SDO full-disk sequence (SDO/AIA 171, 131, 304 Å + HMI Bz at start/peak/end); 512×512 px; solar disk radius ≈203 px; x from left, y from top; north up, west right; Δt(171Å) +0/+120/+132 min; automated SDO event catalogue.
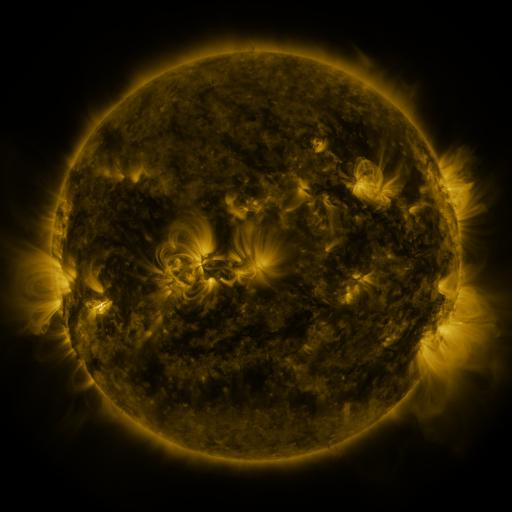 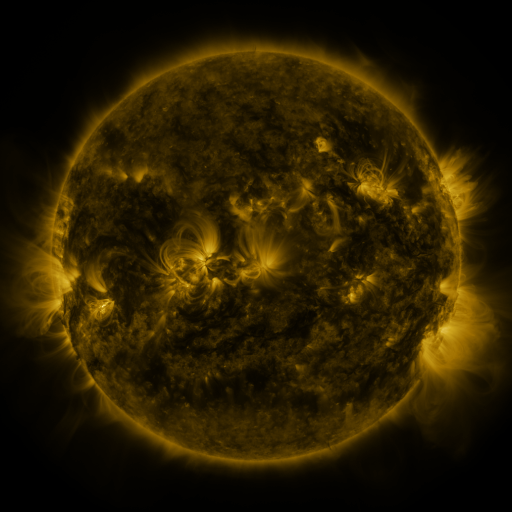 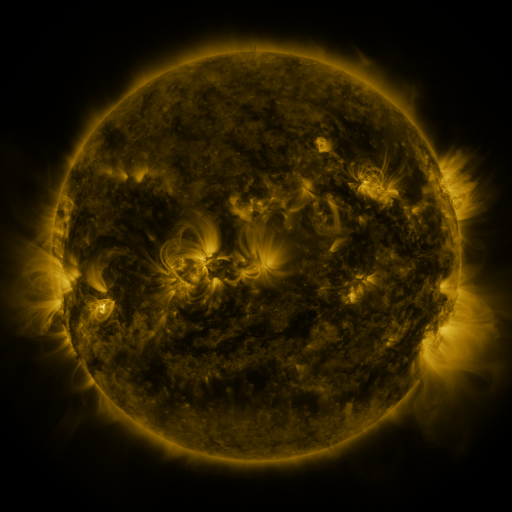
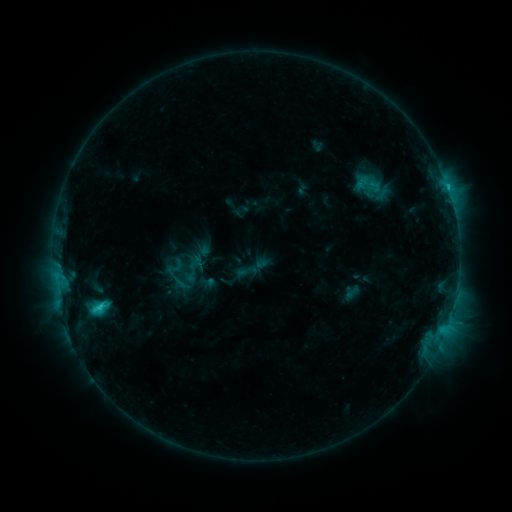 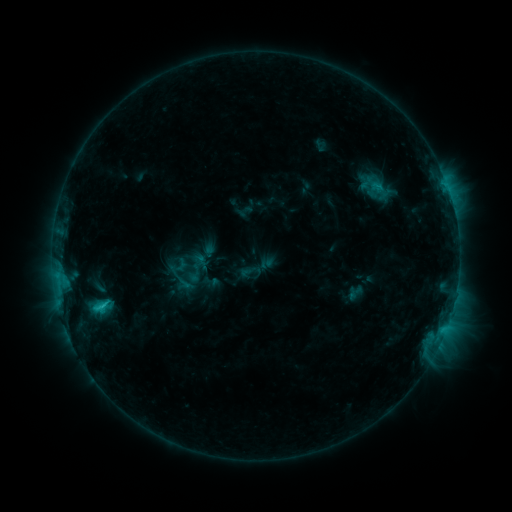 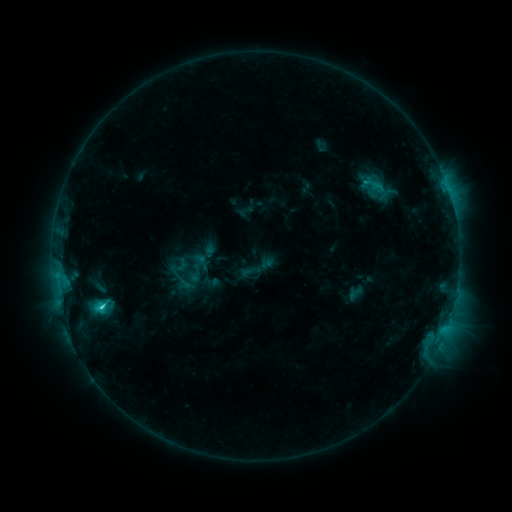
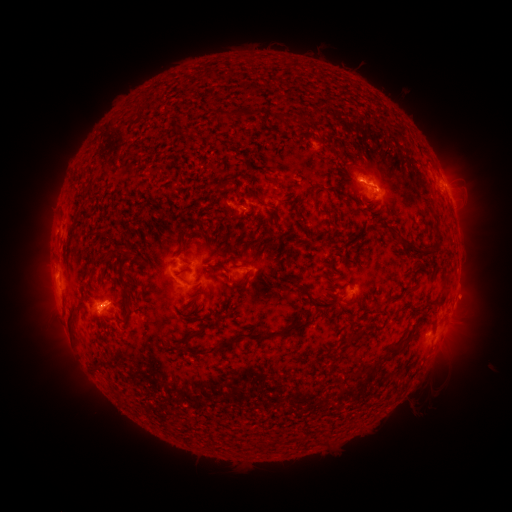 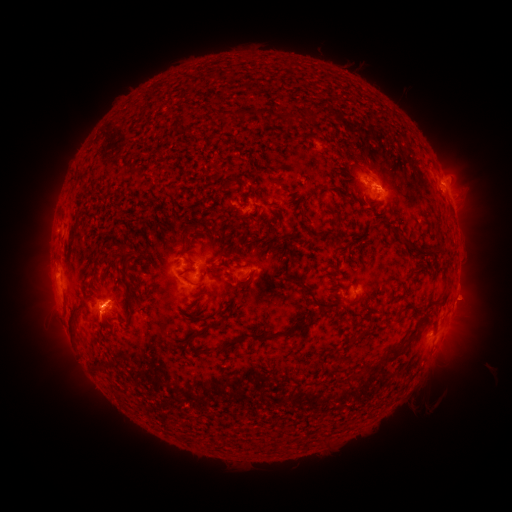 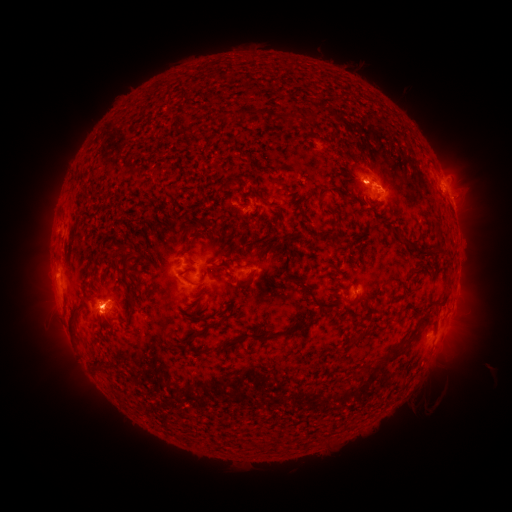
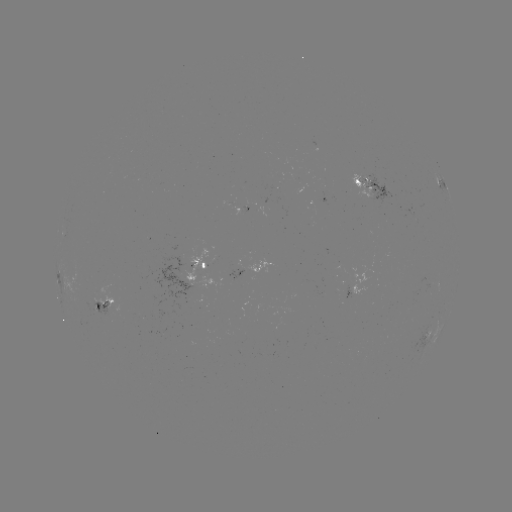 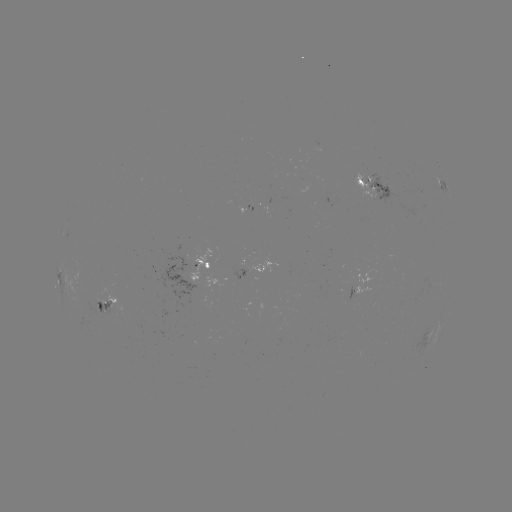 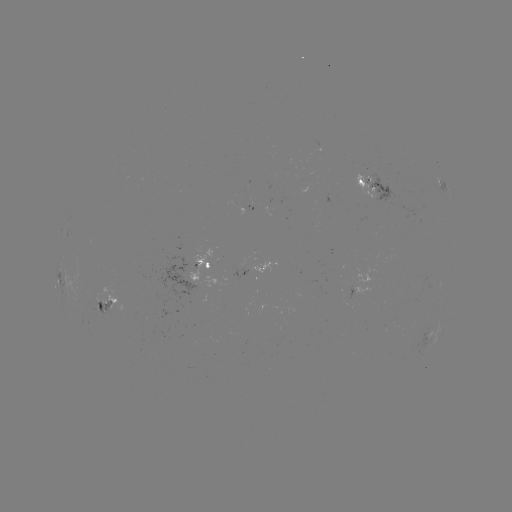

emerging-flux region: <bbox>236, 206, 249, 215</bbox>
